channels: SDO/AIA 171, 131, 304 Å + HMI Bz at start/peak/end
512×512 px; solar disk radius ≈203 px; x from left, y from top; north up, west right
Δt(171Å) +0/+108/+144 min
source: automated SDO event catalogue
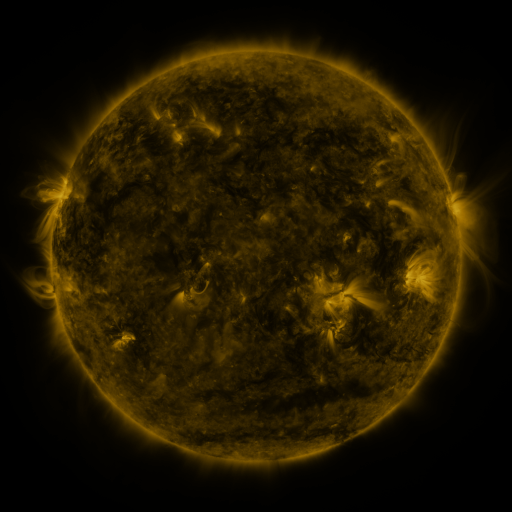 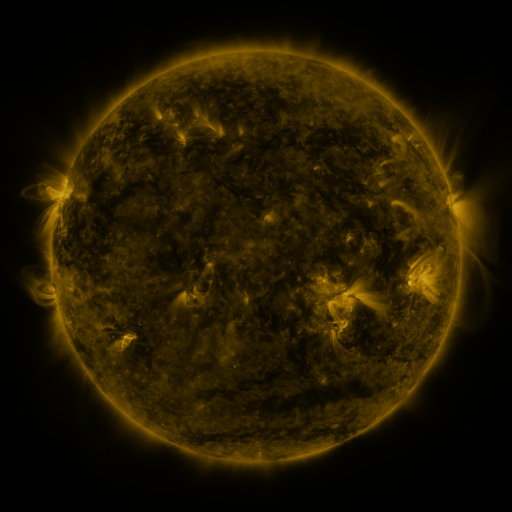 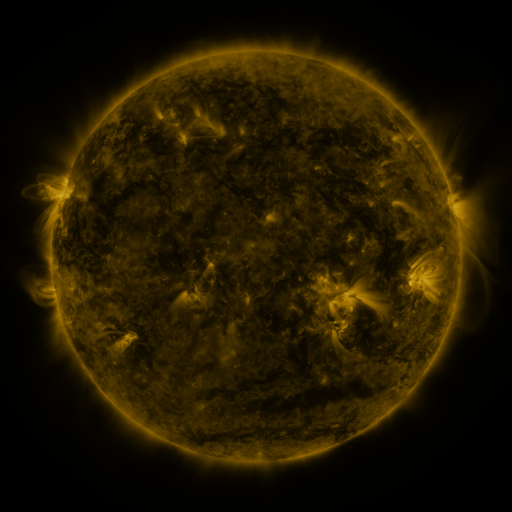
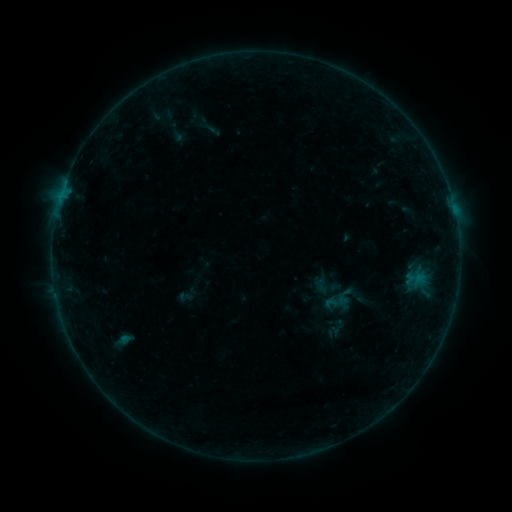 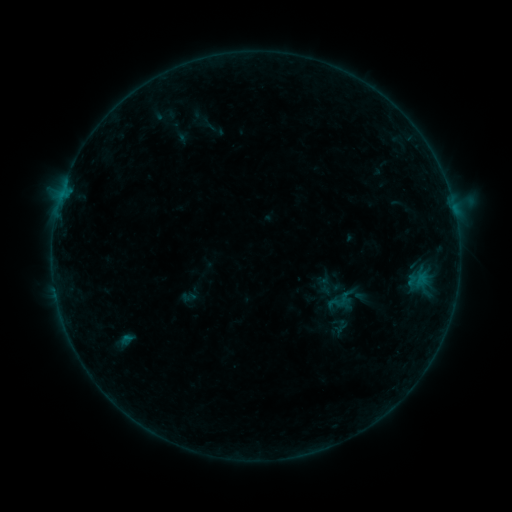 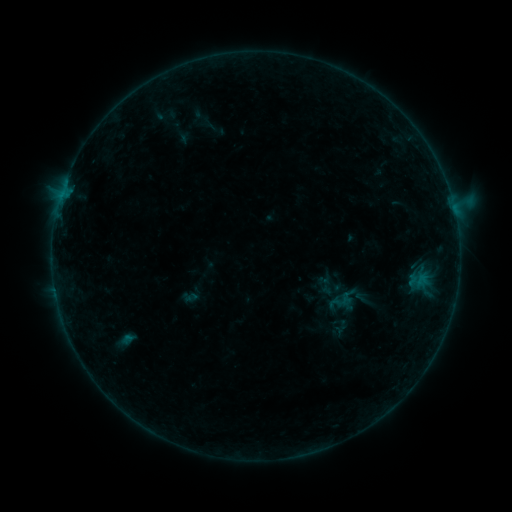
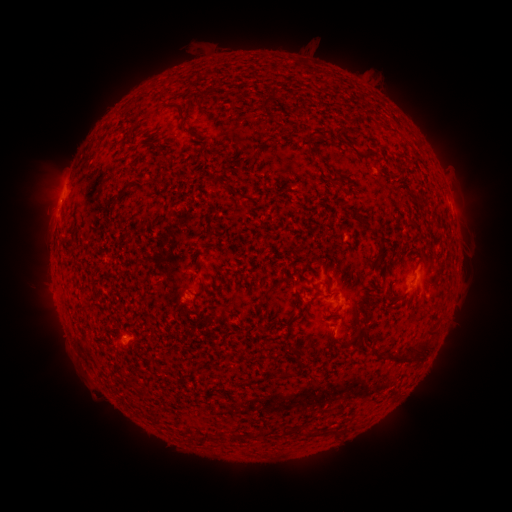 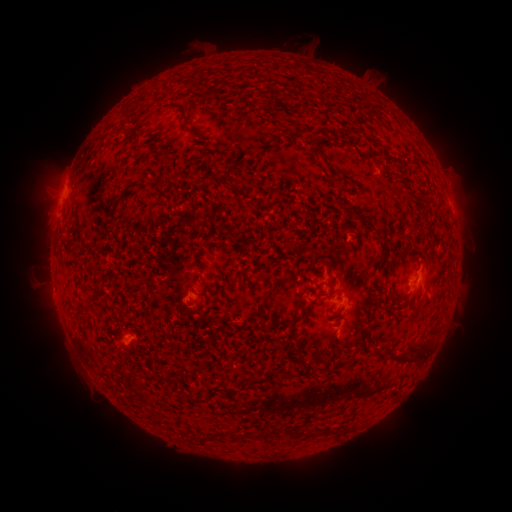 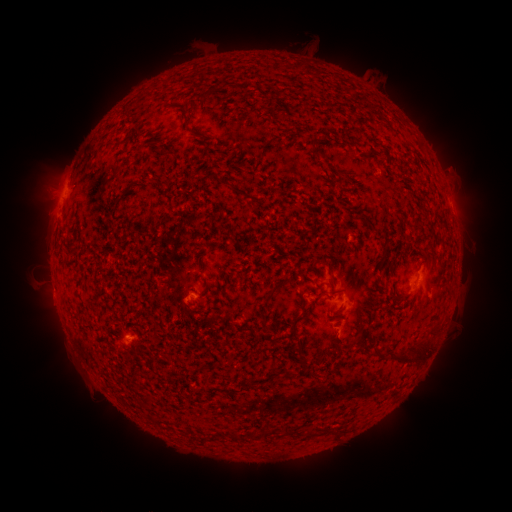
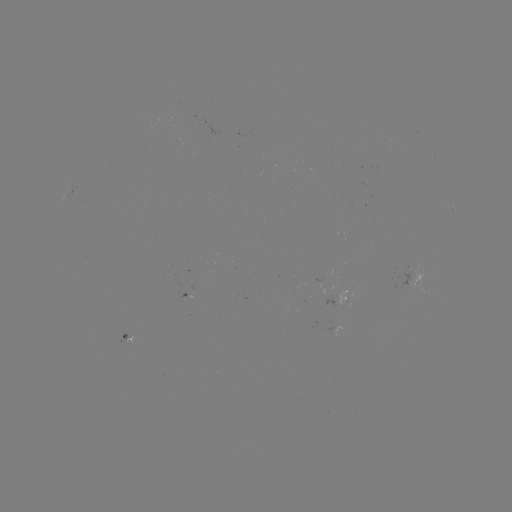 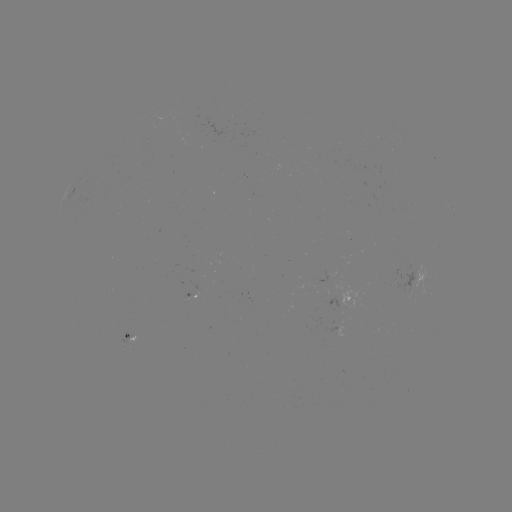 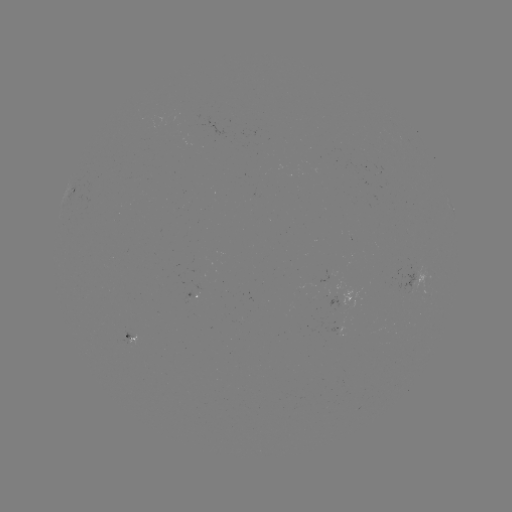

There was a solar emerging-flux region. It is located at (318, 282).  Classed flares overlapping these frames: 2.